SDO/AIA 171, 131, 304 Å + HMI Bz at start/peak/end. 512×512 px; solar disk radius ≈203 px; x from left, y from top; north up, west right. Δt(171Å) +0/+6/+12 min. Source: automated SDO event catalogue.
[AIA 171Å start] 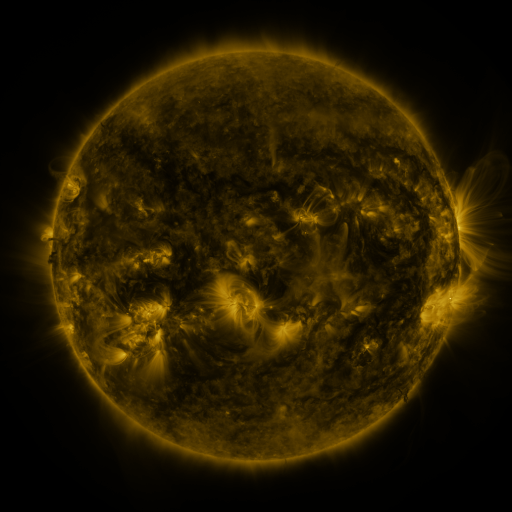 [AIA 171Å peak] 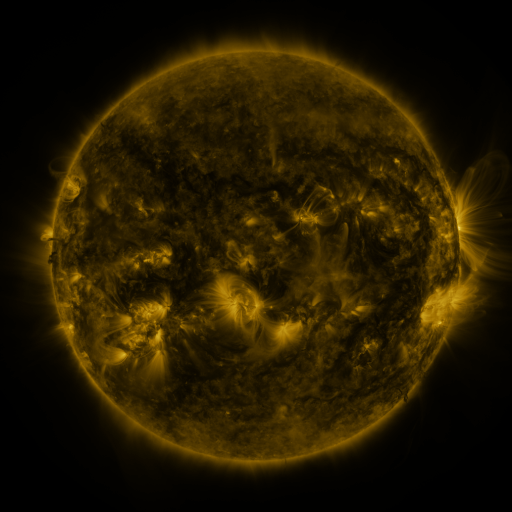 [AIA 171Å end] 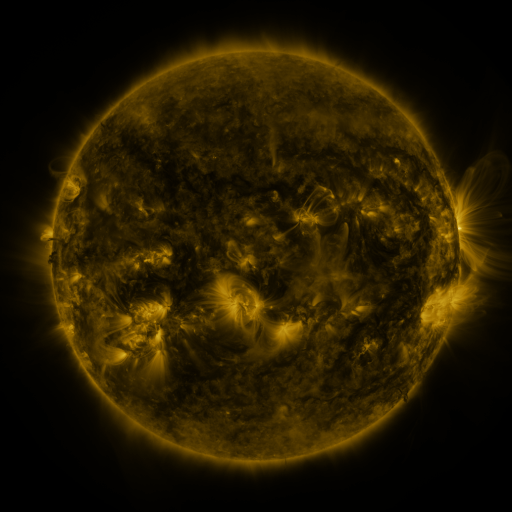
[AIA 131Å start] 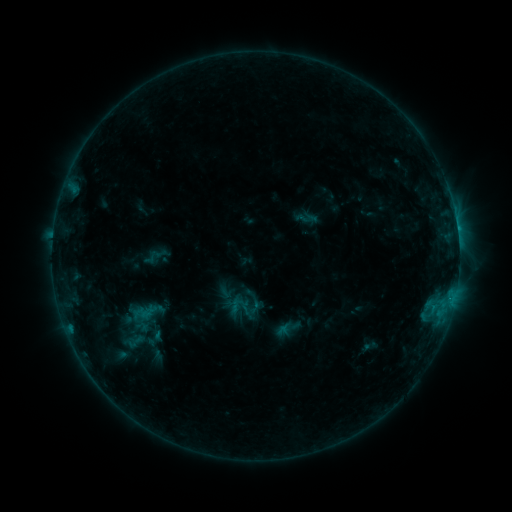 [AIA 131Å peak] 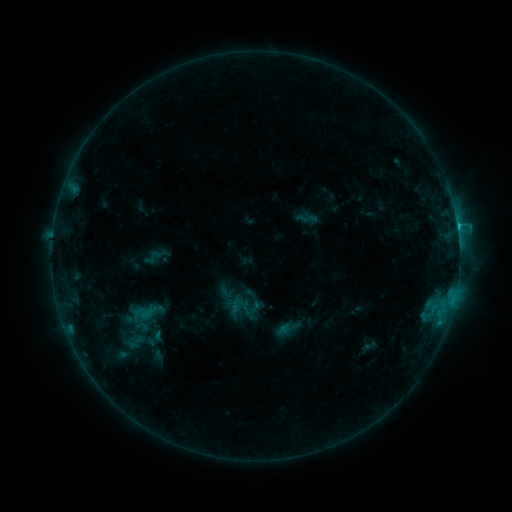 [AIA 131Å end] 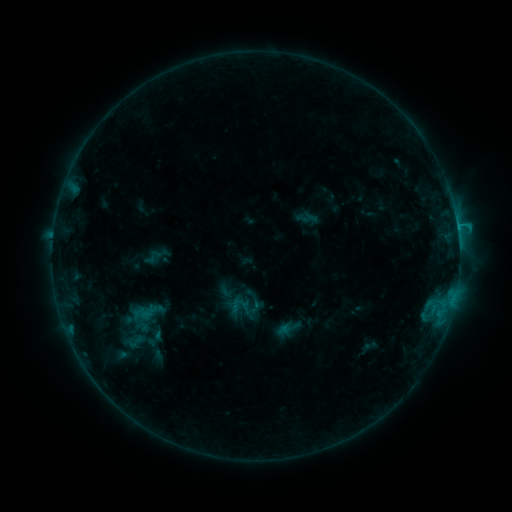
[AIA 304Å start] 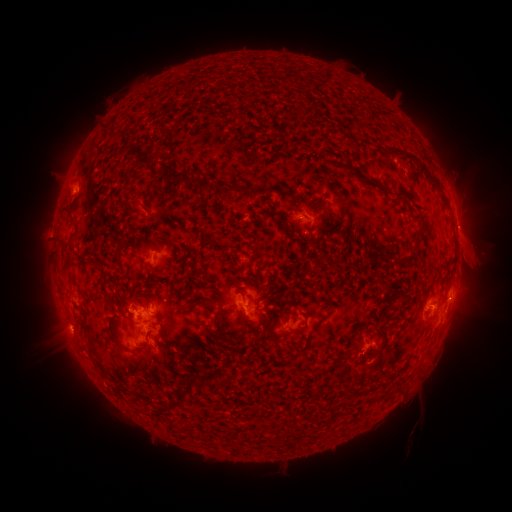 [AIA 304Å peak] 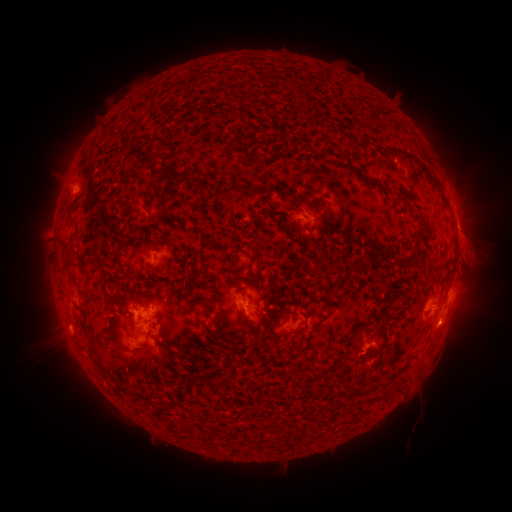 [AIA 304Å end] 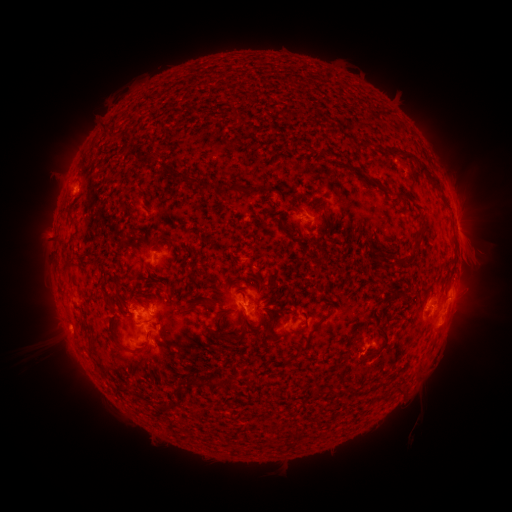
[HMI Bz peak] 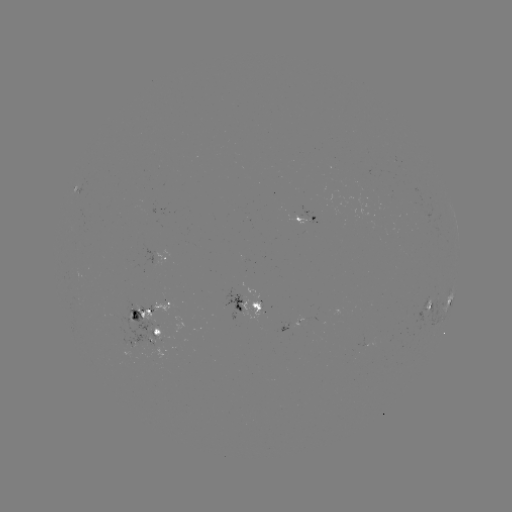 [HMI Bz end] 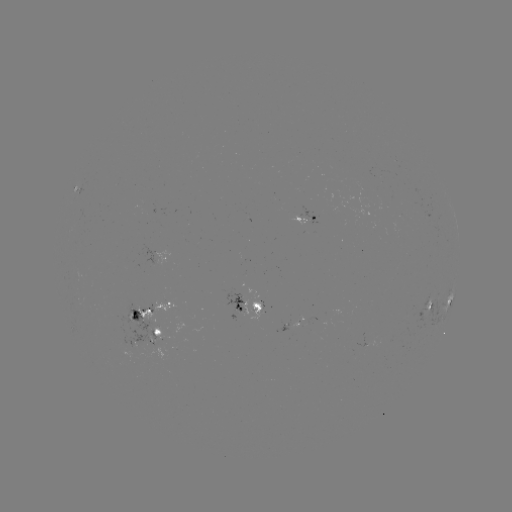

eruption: [422, 308, 476, 353]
